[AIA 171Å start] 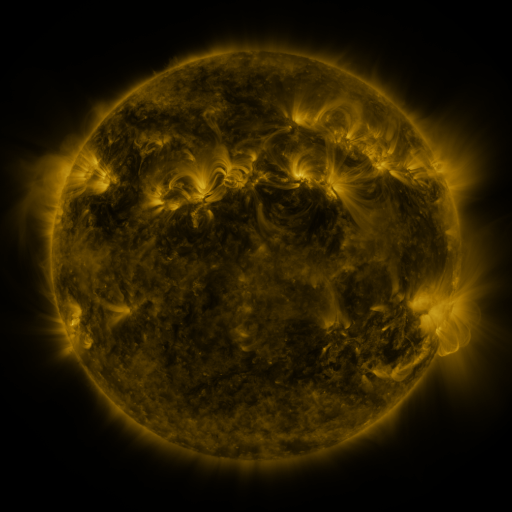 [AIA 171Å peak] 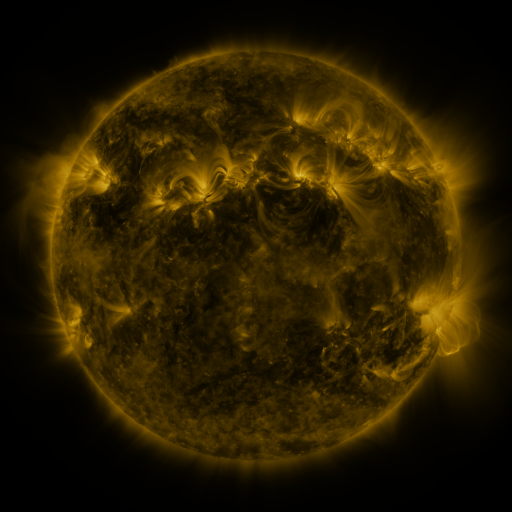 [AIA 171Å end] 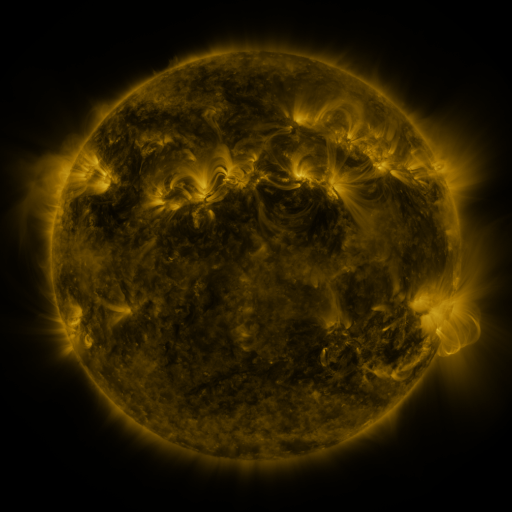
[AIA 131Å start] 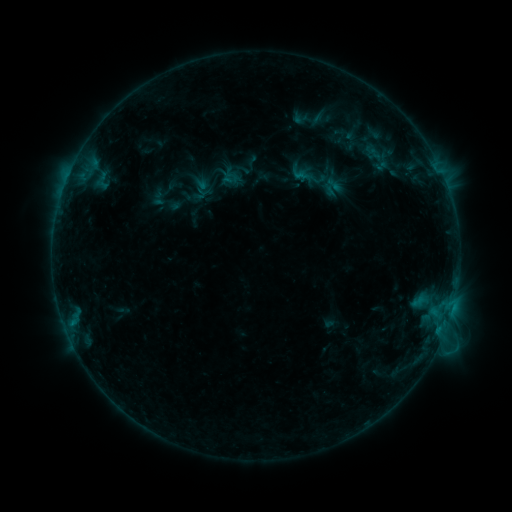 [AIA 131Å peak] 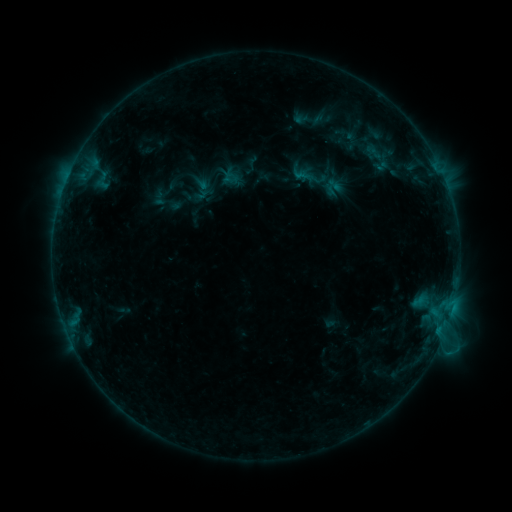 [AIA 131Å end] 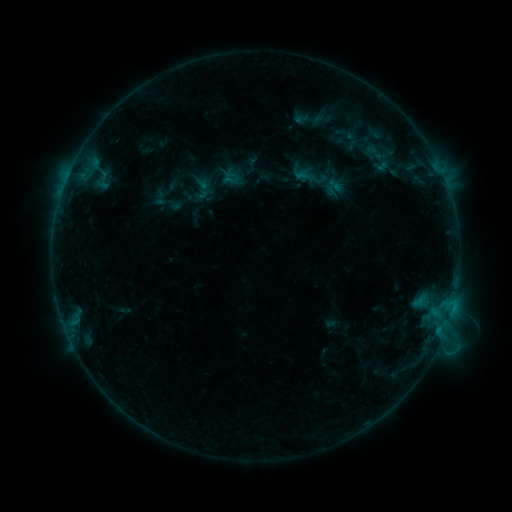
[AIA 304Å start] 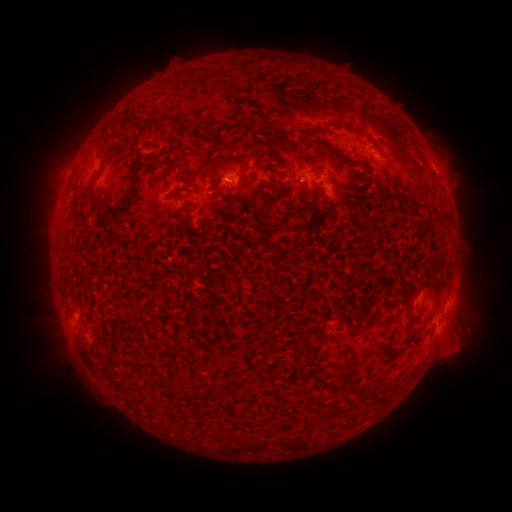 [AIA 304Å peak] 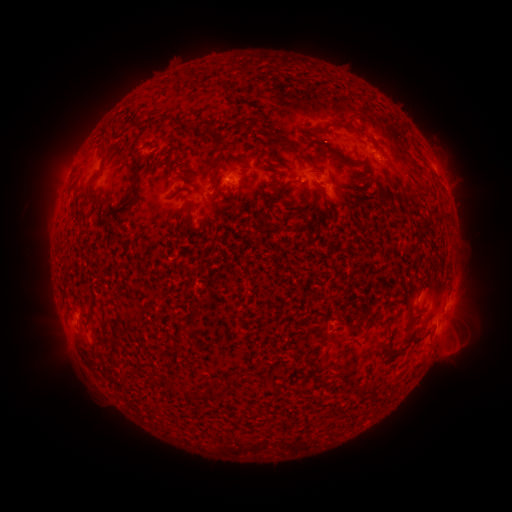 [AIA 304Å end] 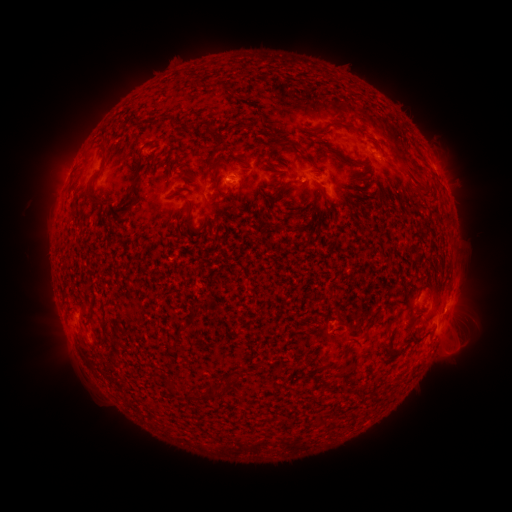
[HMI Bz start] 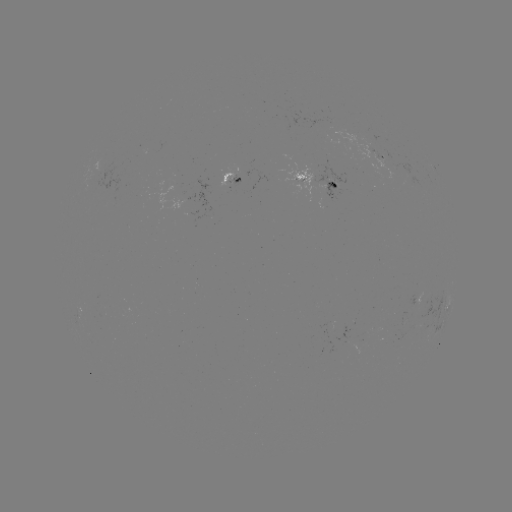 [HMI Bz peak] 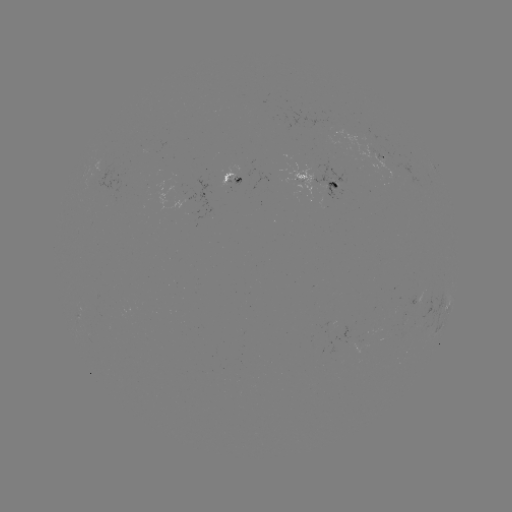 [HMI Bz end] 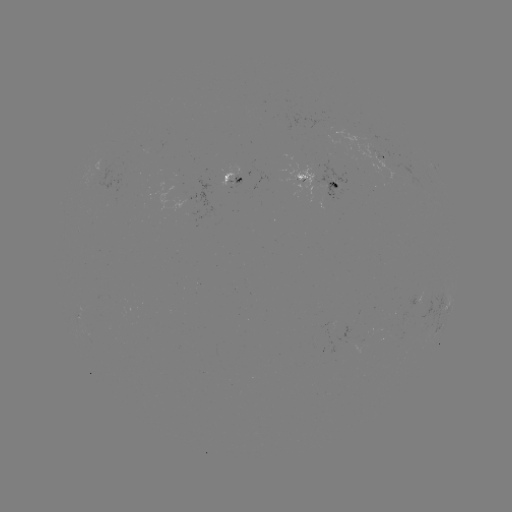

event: emerging-flux region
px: (417, 297)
